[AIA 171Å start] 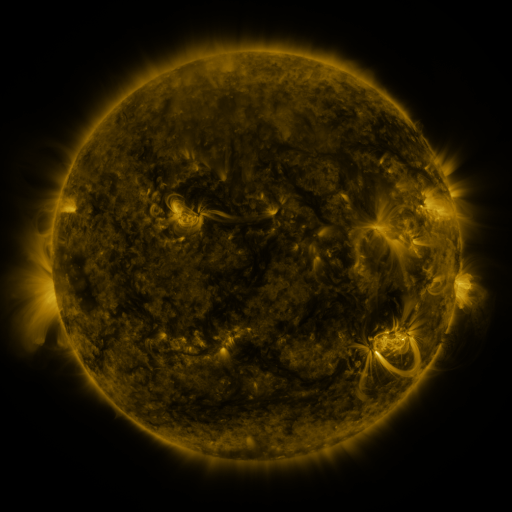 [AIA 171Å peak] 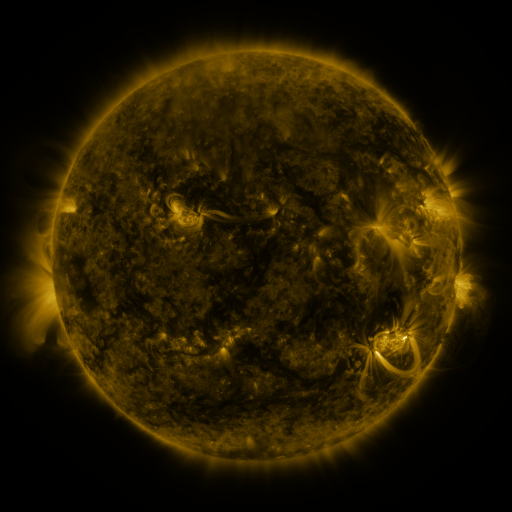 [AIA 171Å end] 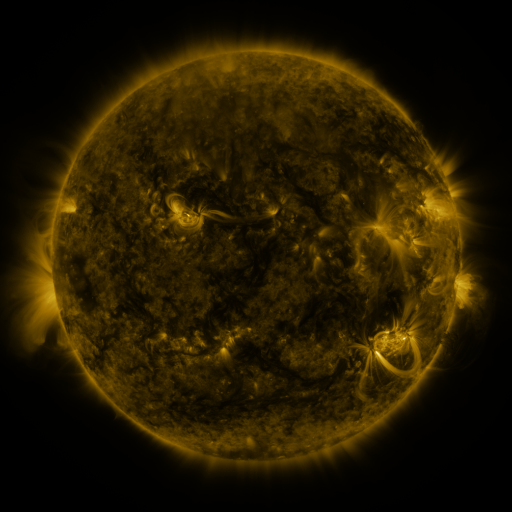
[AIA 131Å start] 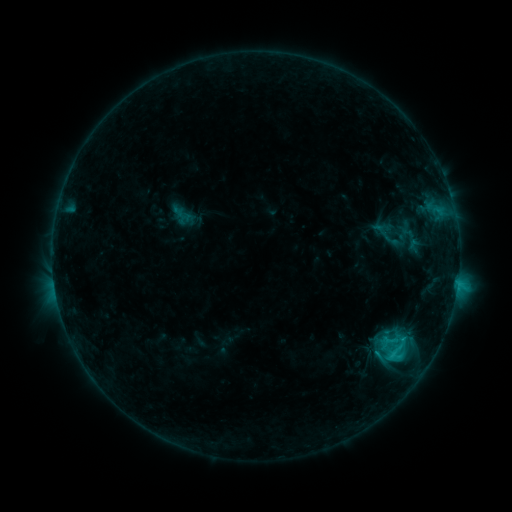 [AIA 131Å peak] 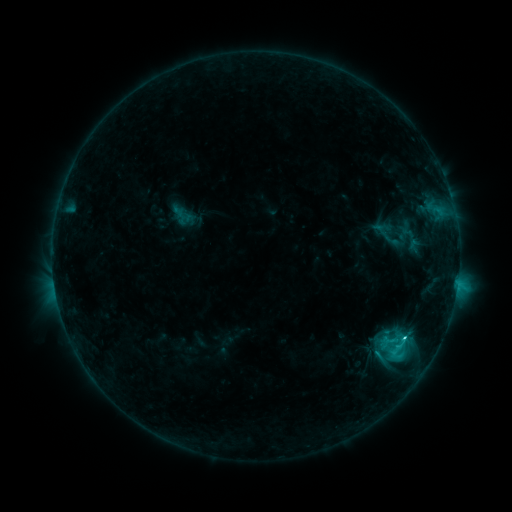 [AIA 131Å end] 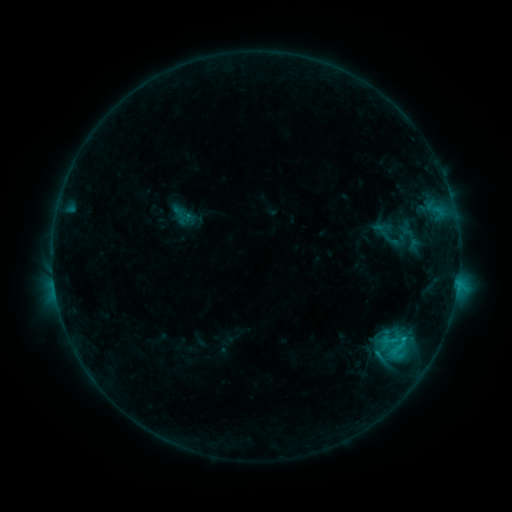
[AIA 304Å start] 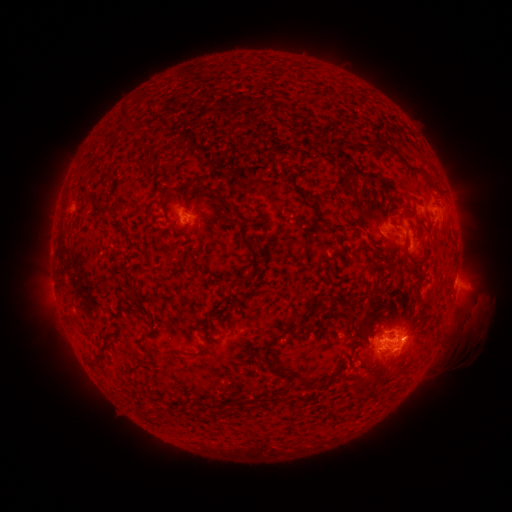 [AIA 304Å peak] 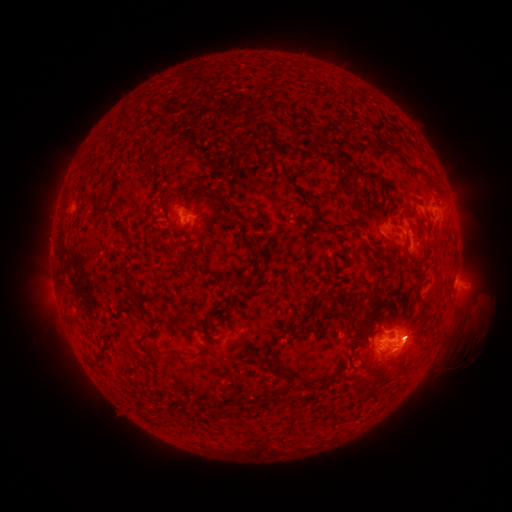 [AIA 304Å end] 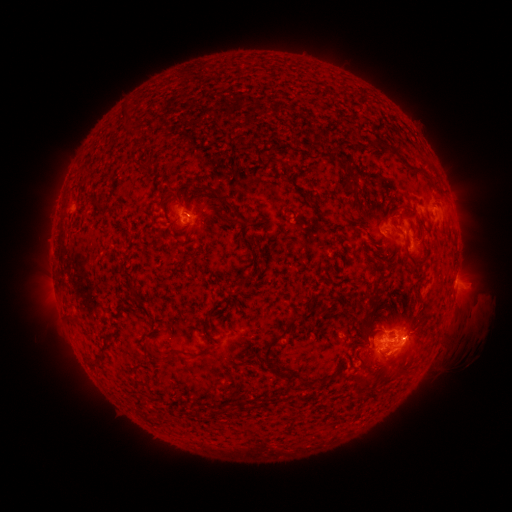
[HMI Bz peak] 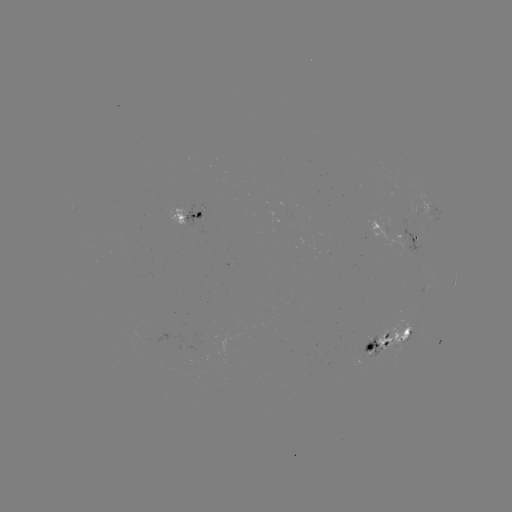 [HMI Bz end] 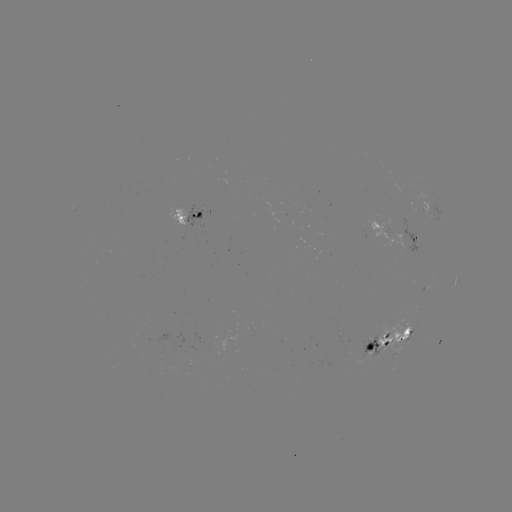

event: flare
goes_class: C3.2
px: (403, 336)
